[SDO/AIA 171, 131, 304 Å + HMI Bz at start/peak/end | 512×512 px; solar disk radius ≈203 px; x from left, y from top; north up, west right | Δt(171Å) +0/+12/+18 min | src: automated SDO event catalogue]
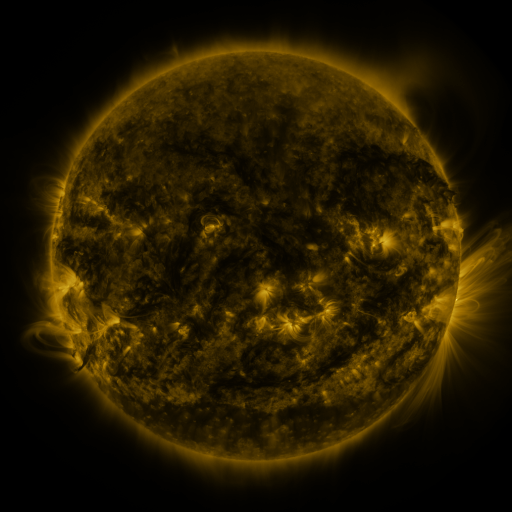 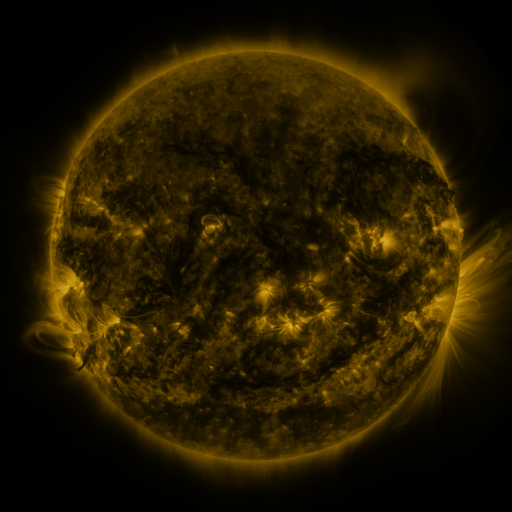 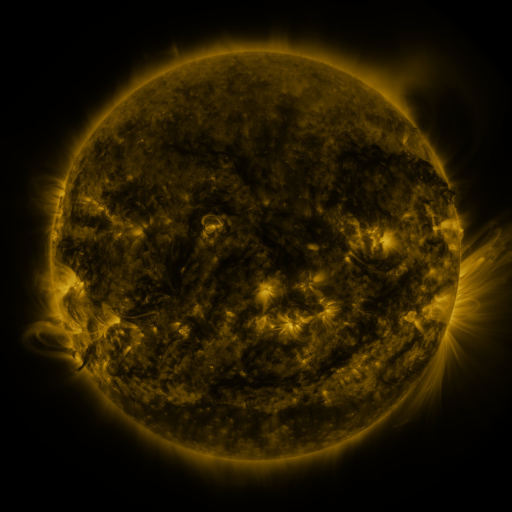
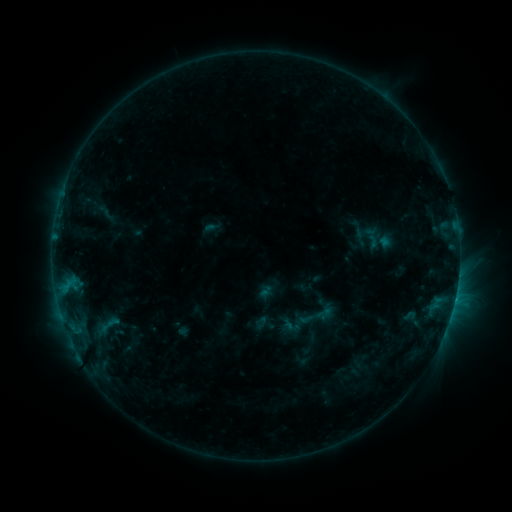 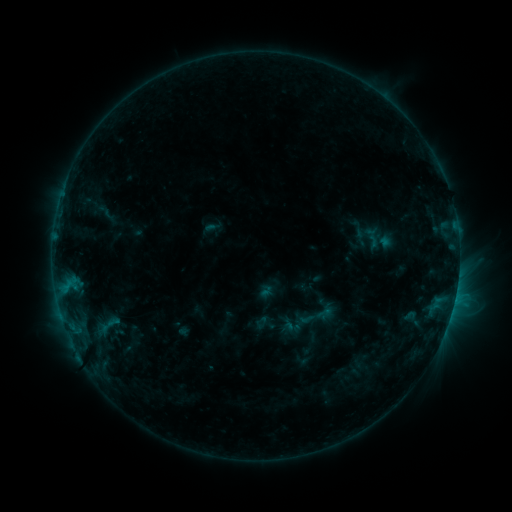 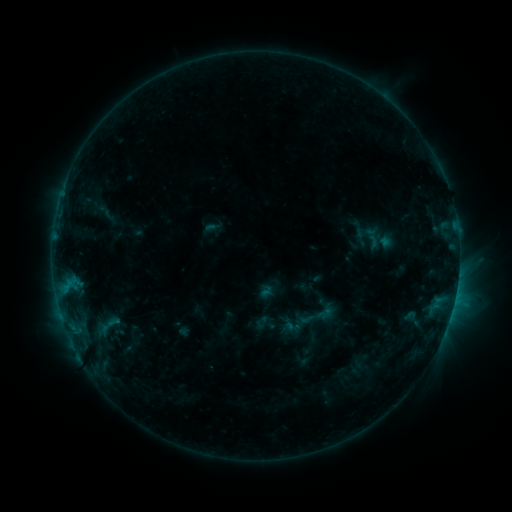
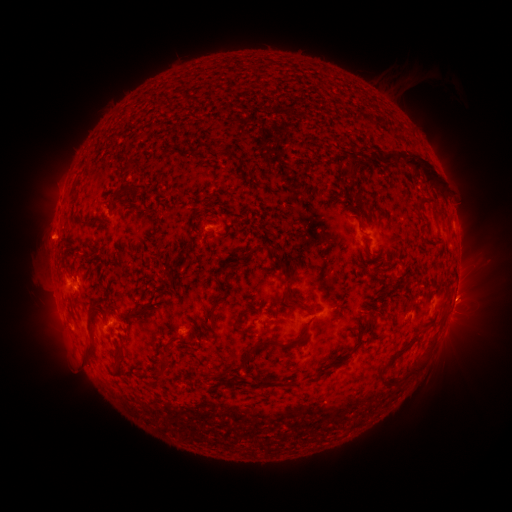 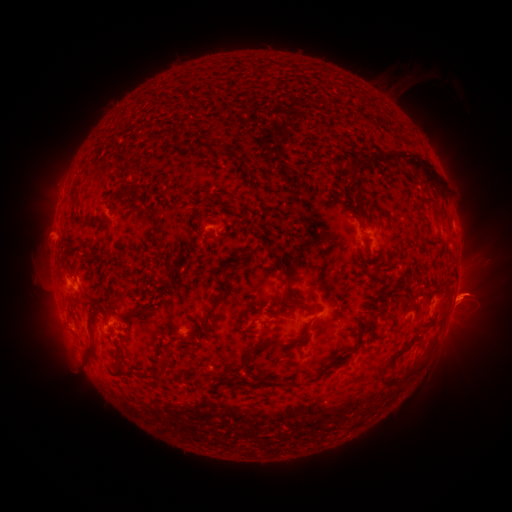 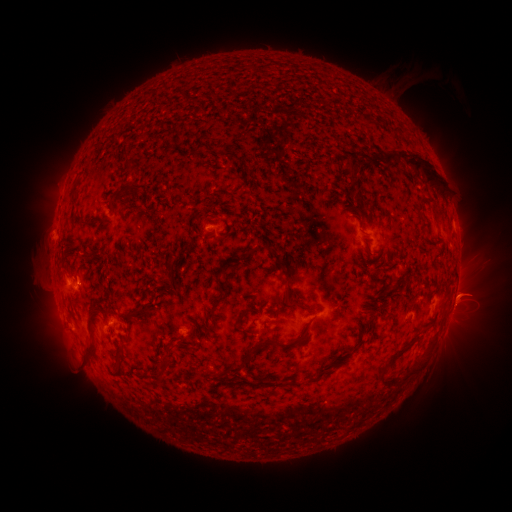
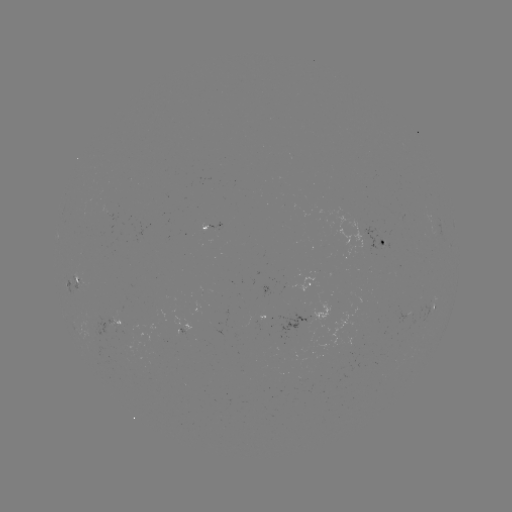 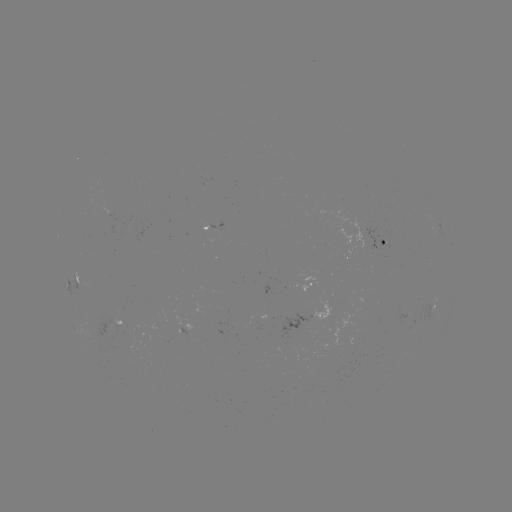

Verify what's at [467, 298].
eruption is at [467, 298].